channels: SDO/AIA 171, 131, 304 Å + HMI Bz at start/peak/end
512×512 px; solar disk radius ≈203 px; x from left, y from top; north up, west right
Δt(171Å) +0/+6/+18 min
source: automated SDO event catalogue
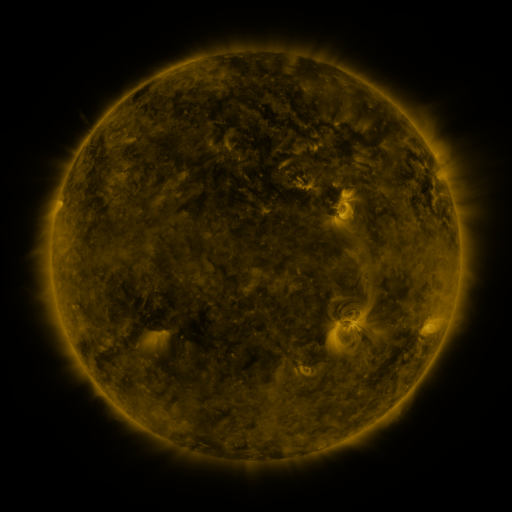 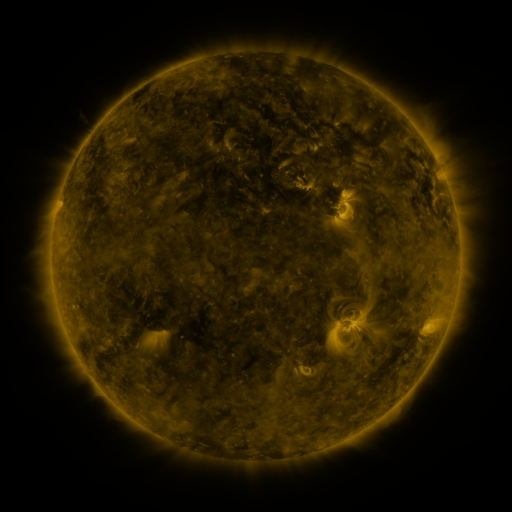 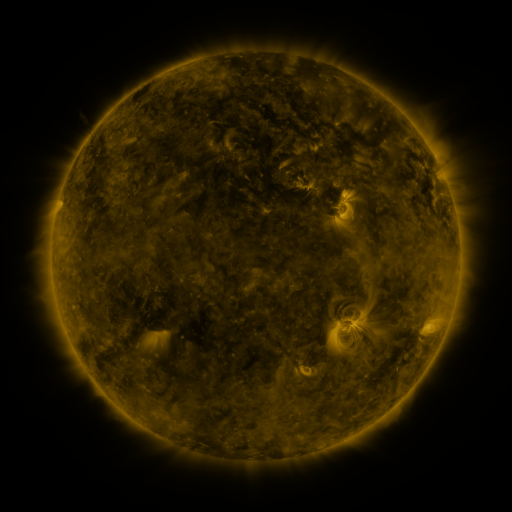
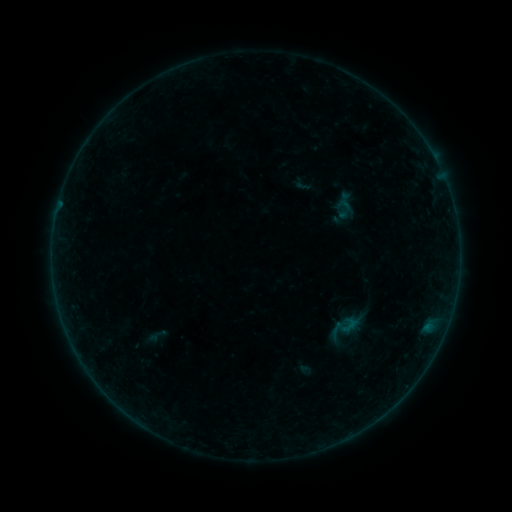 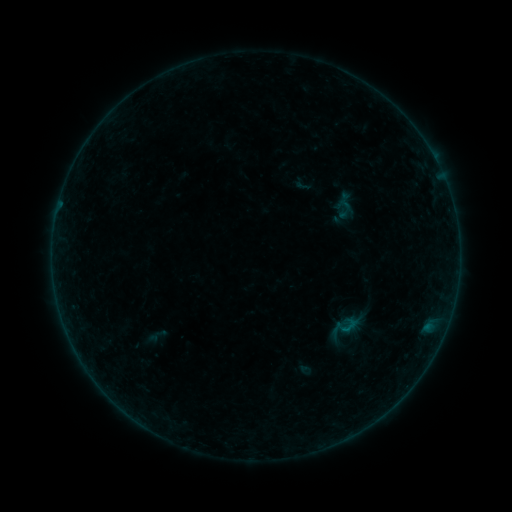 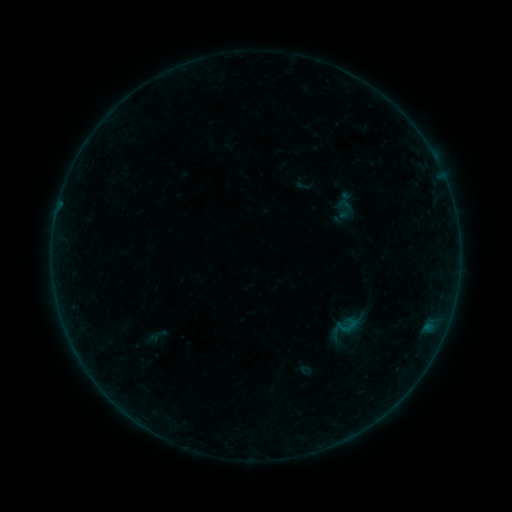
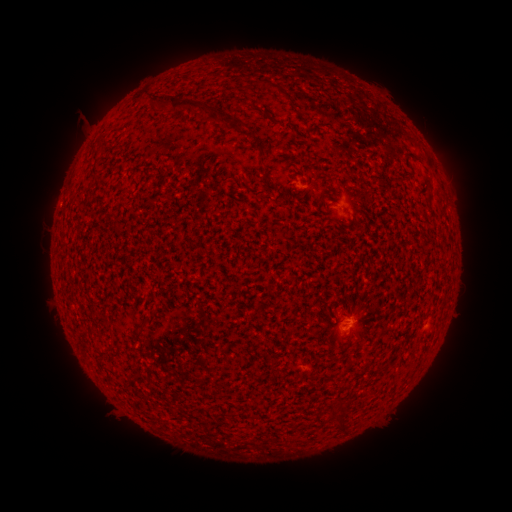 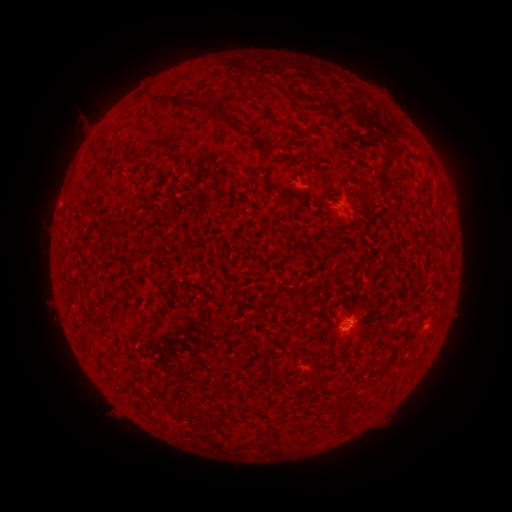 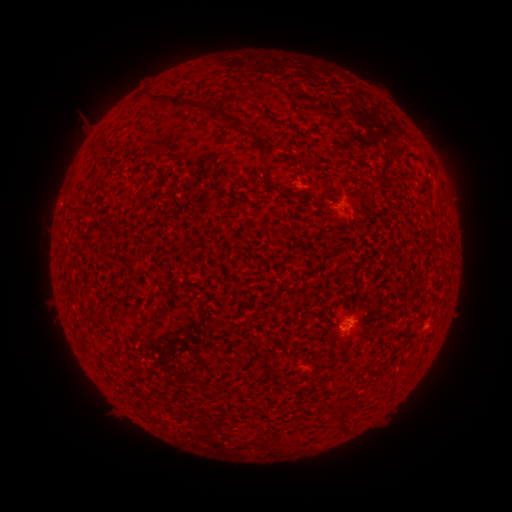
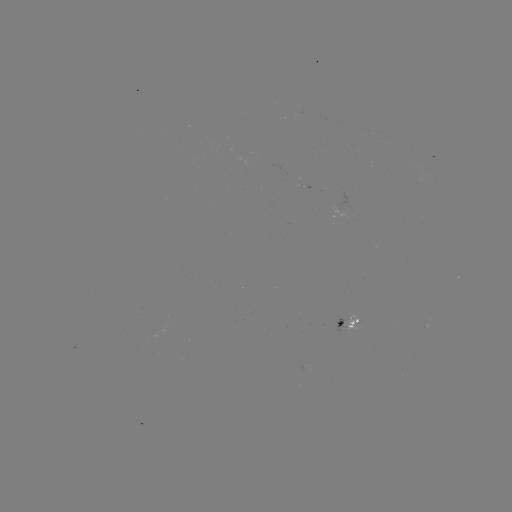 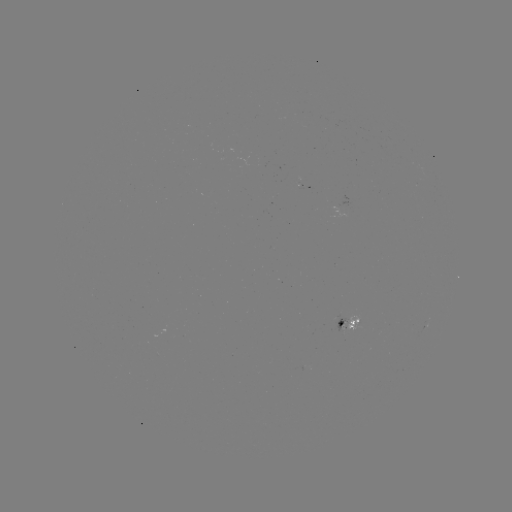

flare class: B1.0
